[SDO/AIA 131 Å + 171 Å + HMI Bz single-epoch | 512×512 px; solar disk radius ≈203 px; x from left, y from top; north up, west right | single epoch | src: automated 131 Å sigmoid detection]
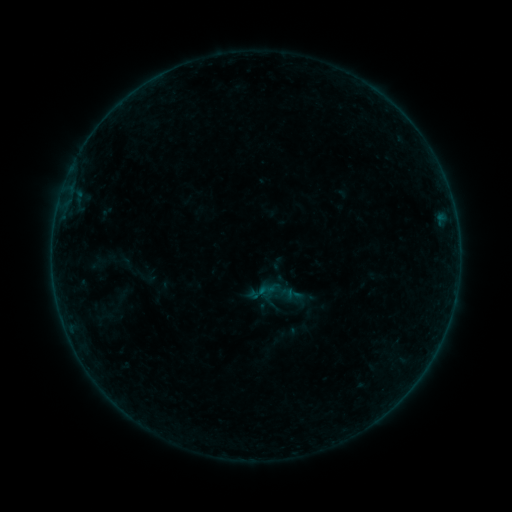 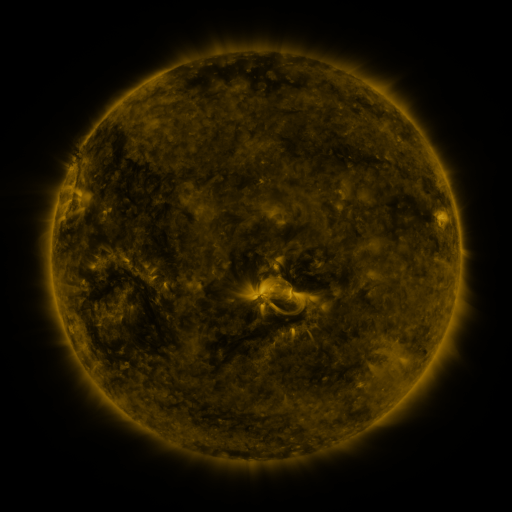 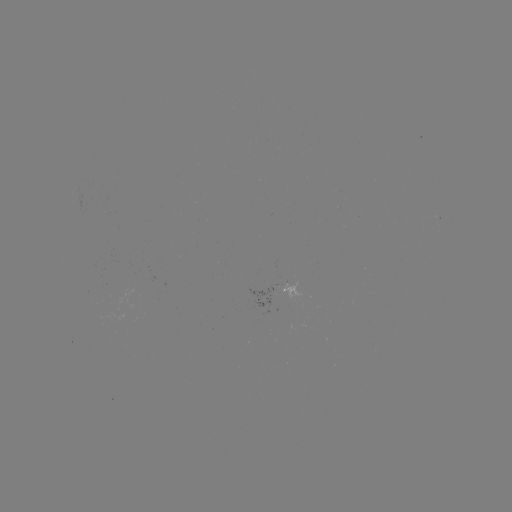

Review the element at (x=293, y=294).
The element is sigmoid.